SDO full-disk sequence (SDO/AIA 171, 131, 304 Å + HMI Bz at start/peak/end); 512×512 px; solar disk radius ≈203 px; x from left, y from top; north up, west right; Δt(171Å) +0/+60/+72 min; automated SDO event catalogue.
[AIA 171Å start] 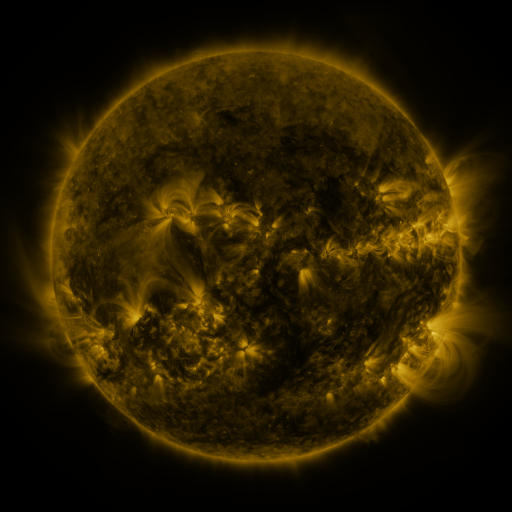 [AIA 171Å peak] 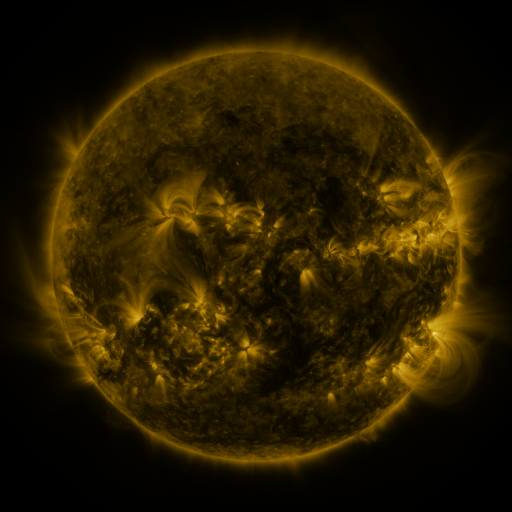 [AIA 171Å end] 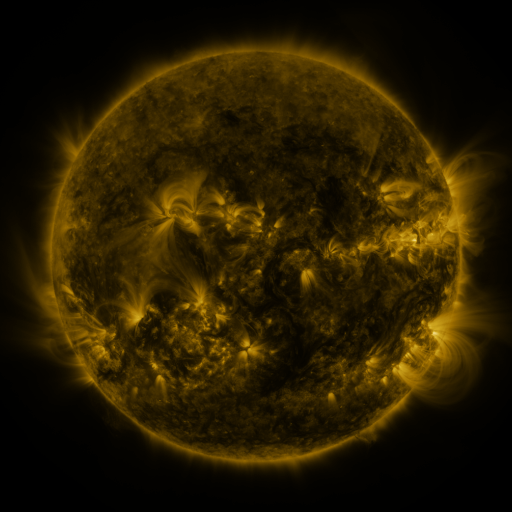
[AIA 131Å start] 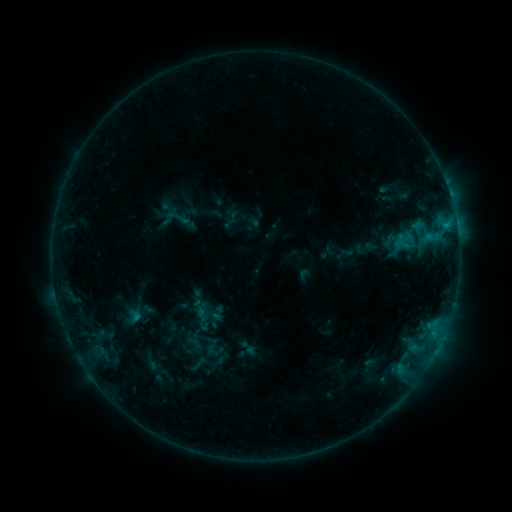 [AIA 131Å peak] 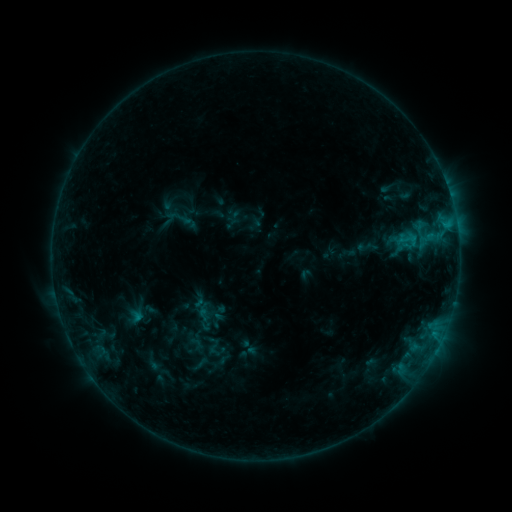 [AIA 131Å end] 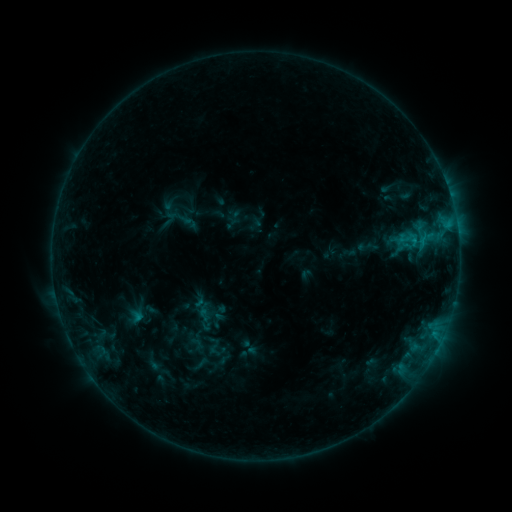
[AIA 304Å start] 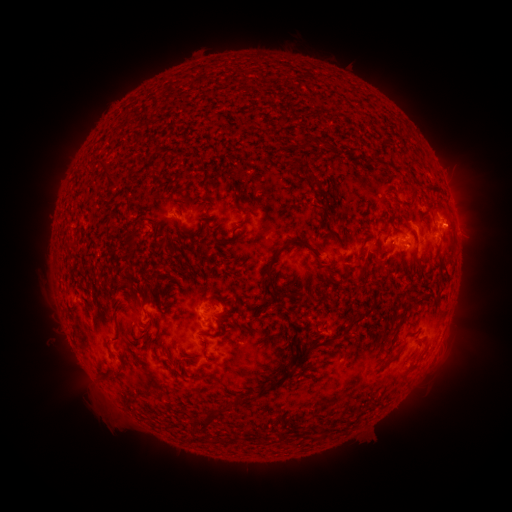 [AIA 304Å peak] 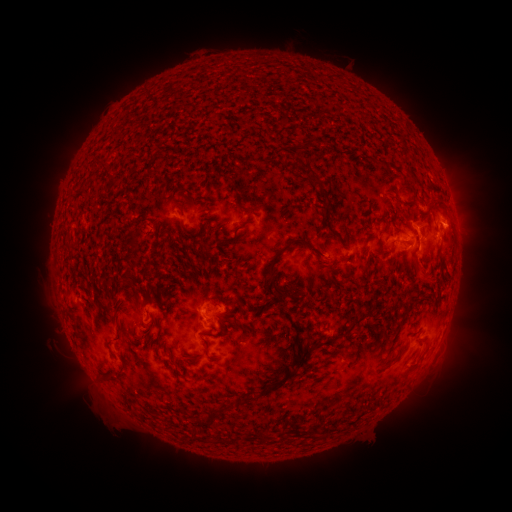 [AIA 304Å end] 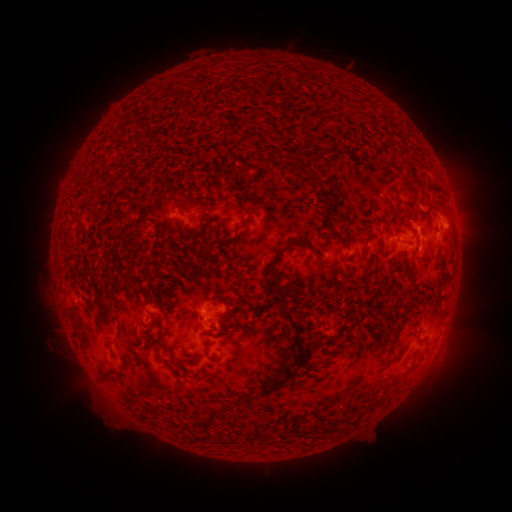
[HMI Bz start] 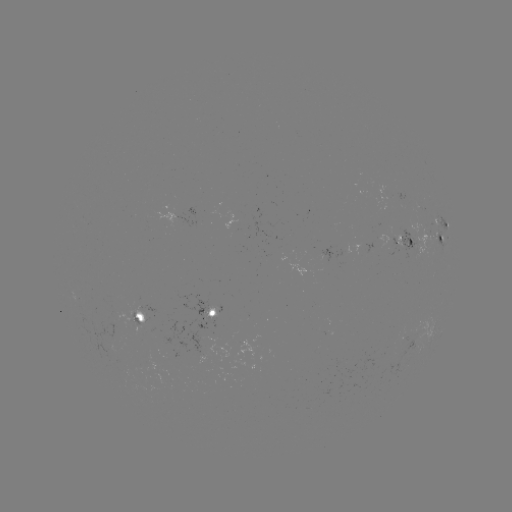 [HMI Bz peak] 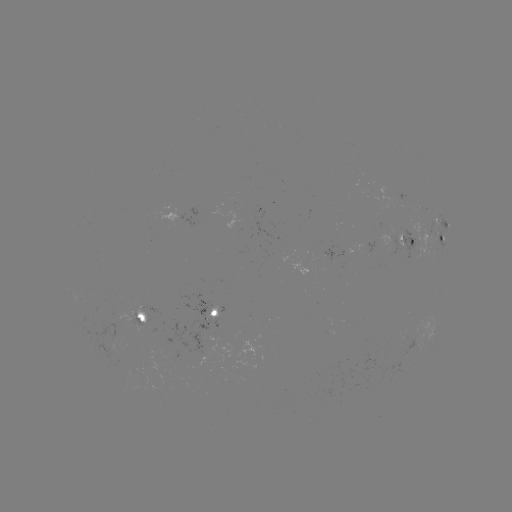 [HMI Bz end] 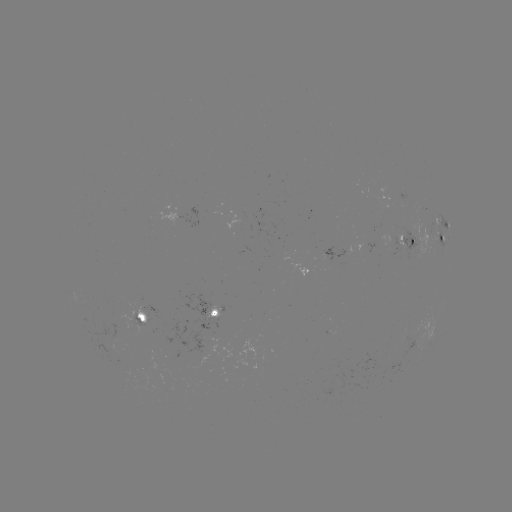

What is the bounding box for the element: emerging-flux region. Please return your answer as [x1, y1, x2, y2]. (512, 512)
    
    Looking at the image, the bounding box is [395, 228, 404, 246].